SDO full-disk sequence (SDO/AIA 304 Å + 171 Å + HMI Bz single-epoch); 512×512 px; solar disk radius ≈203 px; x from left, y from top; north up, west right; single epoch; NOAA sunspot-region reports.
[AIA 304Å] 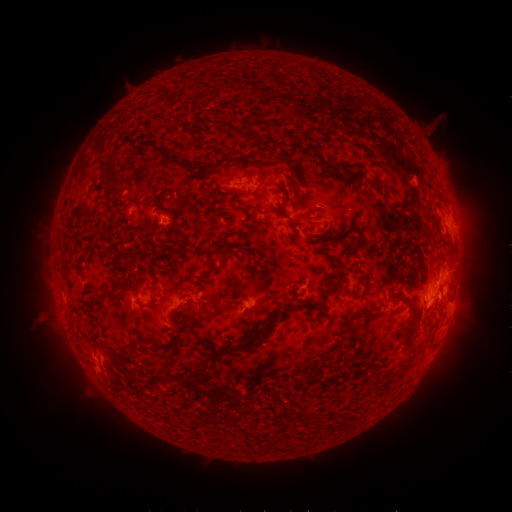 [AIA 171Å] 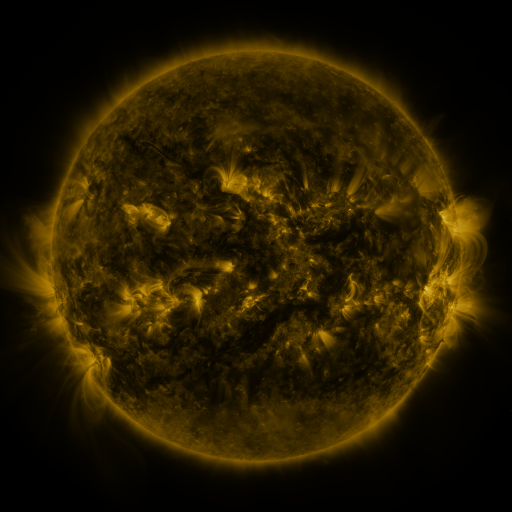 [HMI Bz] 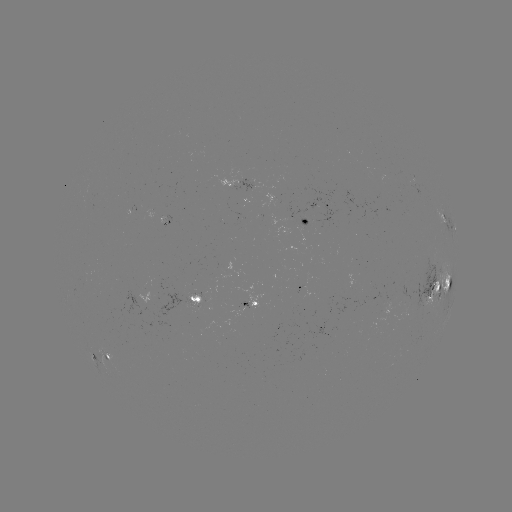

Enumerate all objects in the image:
spotted active region: (249, 181)
spotted active region: (315, 213)
spotted active region: (448, 223)
spotted active region: (304, 283)
spotted active region: (443, 285)
spotted active region: (198, 297)
spotted active region: (252, 304)
spotted active region: (104, 353)
